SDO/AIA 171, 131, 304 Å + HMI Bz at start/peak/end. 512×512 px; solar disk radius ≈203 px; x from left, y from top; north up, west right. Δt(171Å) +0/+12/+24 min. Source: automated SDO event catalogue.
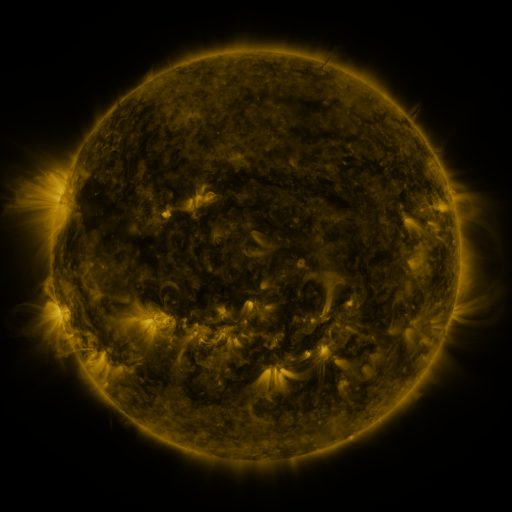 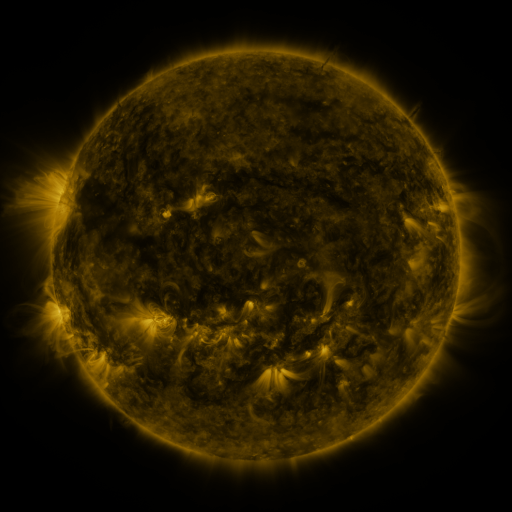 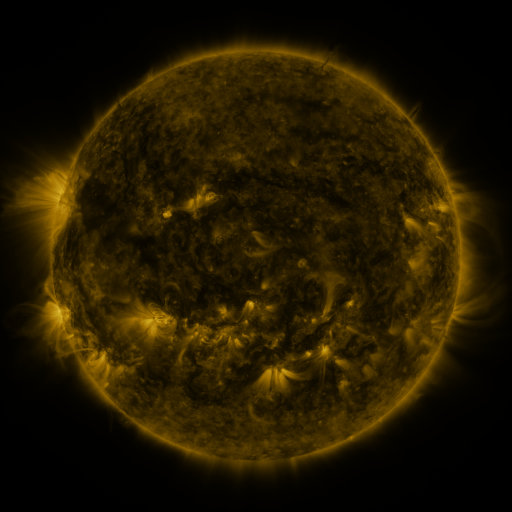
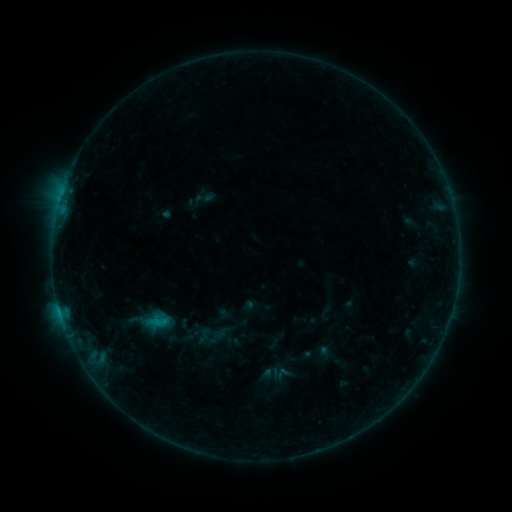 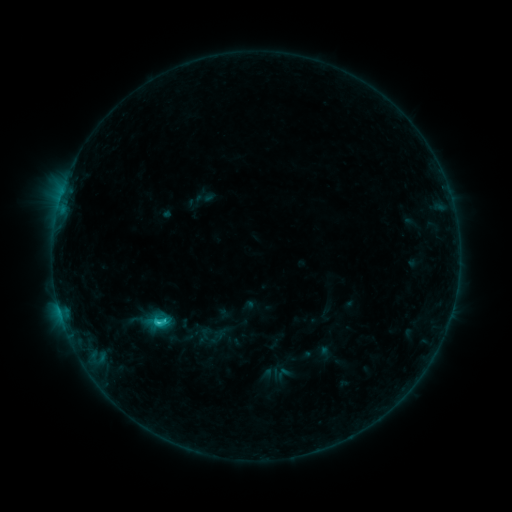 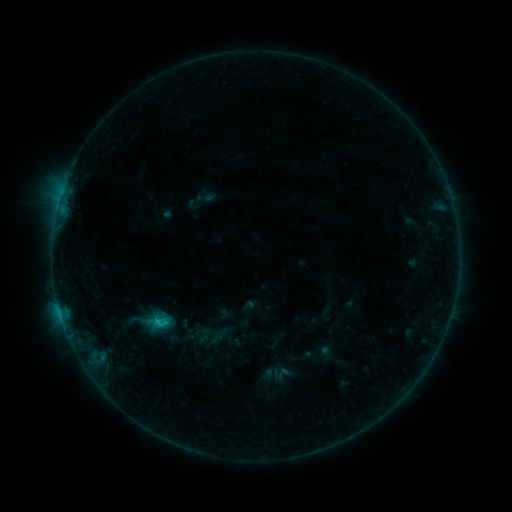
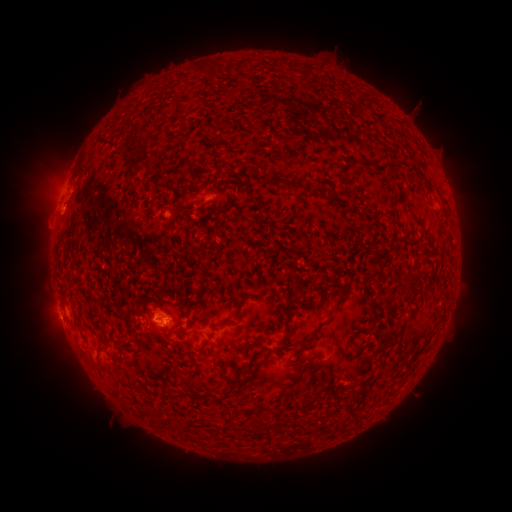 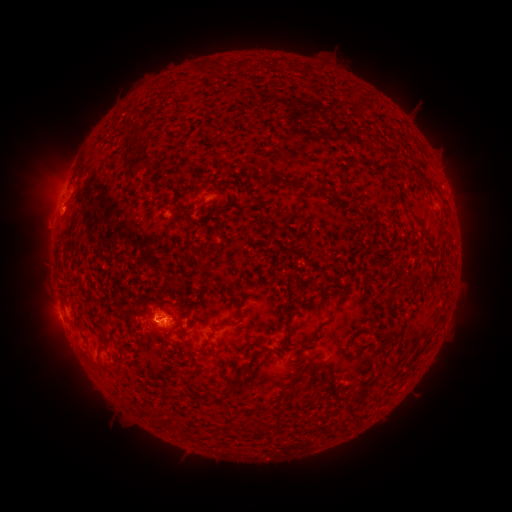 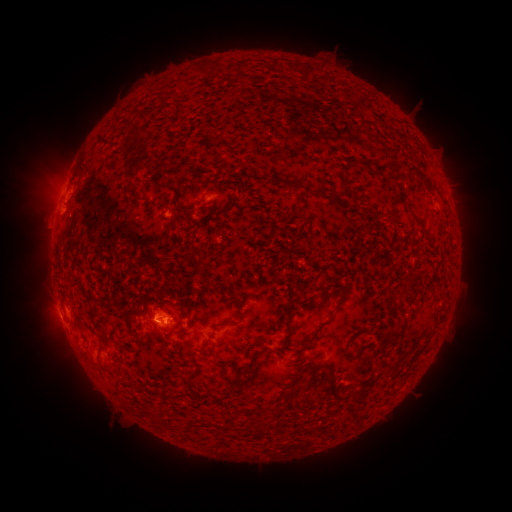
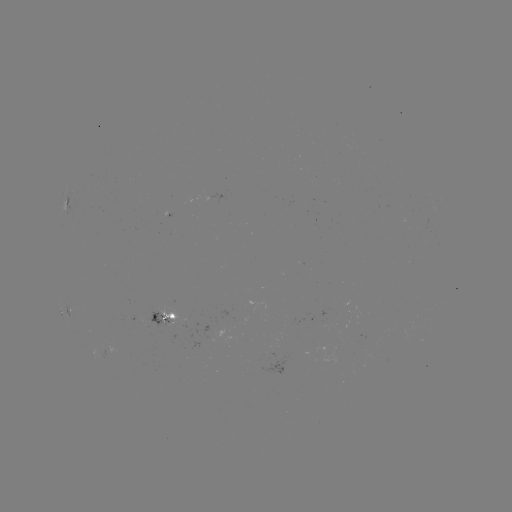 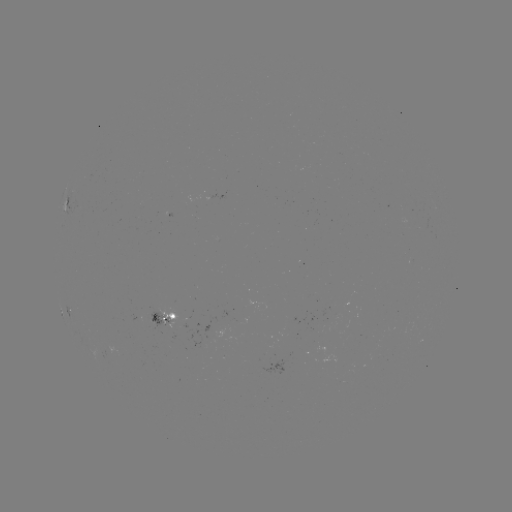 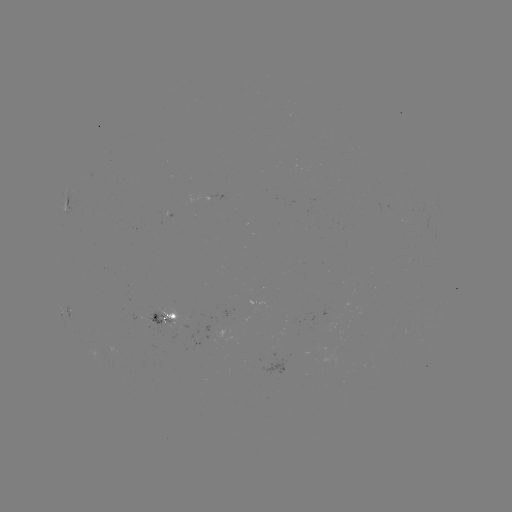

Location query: C1.2 flare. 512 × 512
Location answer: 161,322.